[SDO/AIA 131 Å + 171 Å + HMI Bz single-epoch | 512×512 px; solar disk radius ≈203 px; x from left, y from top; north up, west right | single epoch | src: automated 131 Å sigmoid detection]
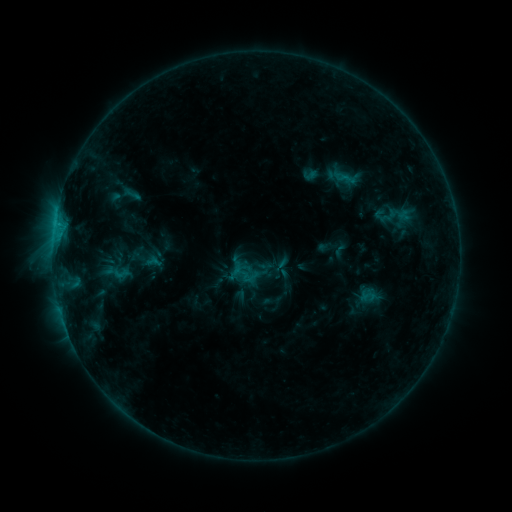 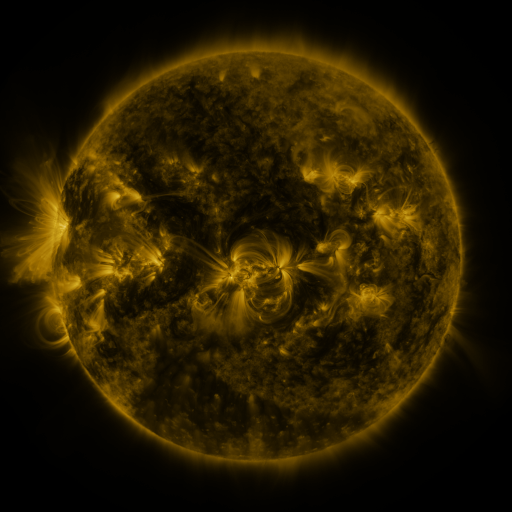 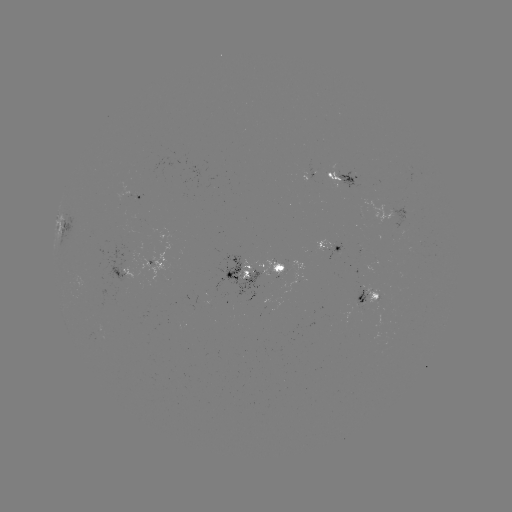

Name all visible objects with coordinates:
sigmoid: <bbox>111, 265, 131, 282</bbox>
